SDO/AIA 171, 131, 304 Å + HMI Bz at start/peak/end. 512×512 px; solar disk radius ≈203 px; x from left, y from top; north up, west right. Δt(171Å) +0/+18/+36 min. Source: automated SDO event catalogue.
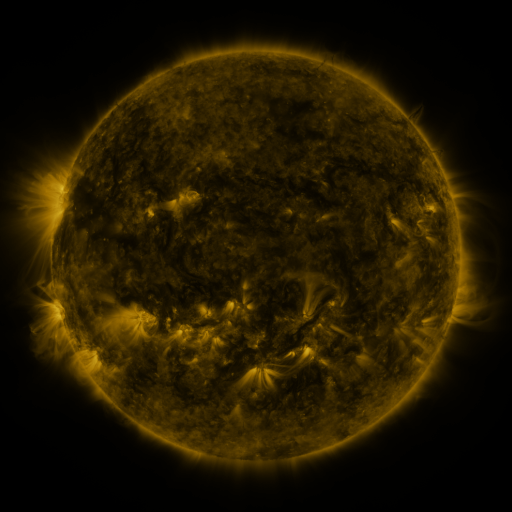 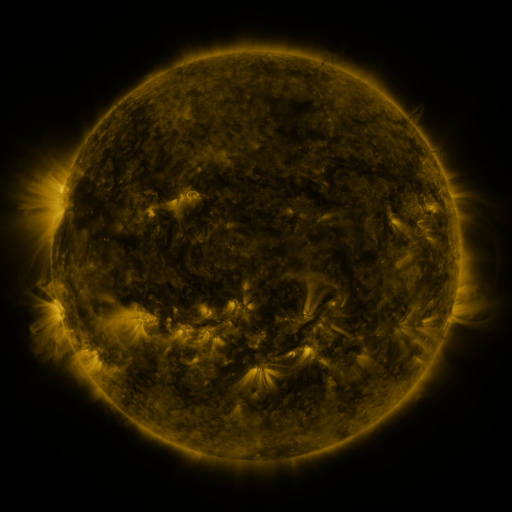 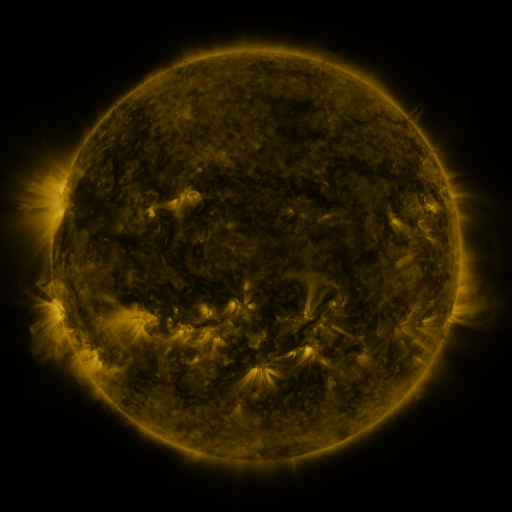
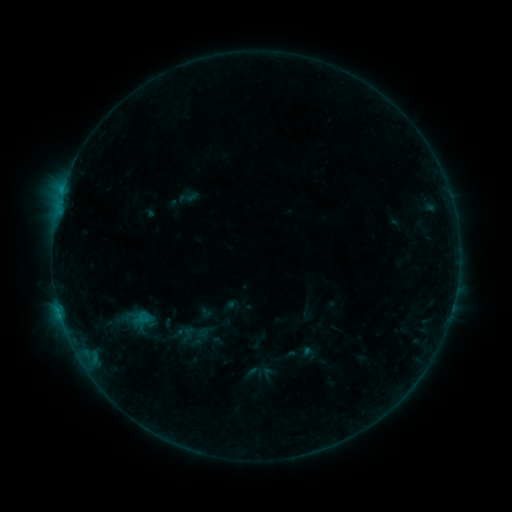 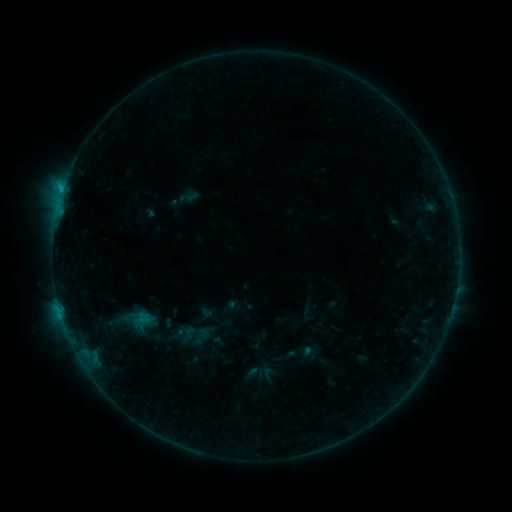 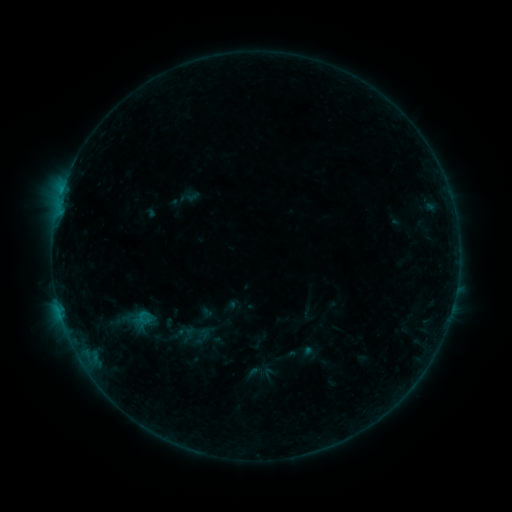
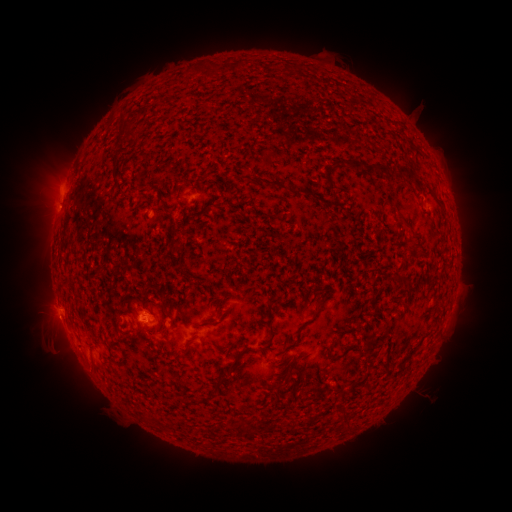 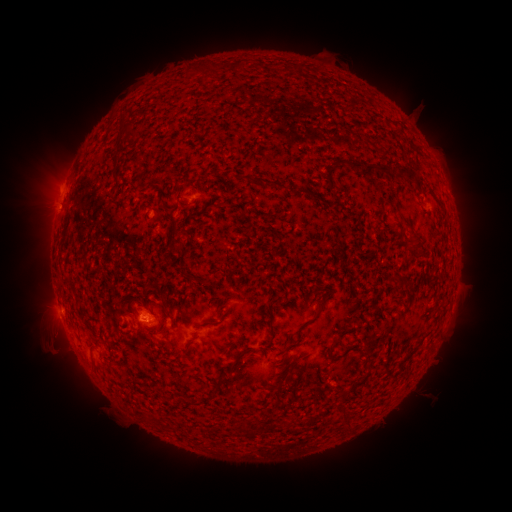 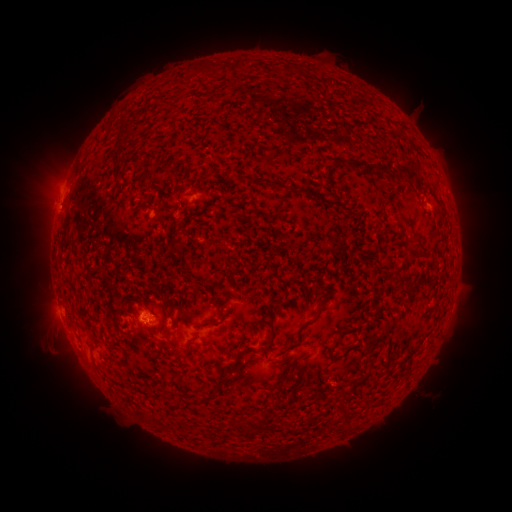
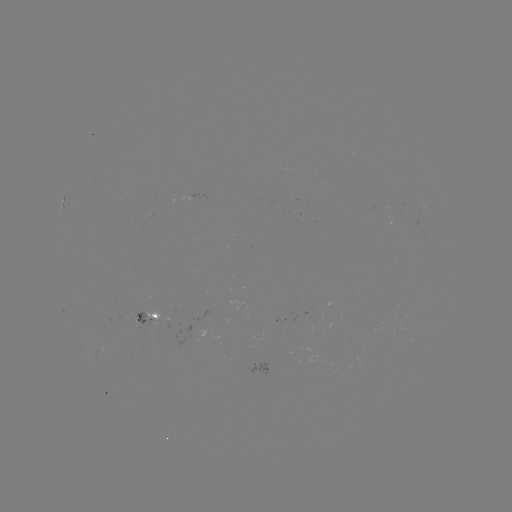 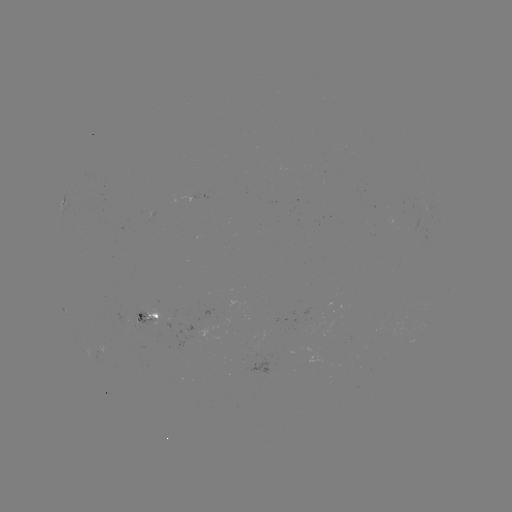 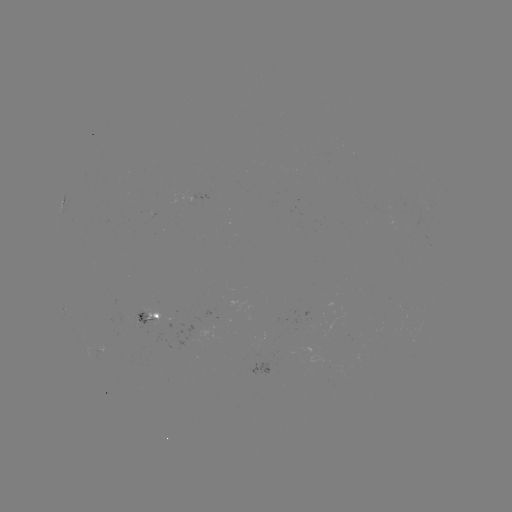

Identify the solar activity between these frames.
B5.6 flare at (63, 190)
